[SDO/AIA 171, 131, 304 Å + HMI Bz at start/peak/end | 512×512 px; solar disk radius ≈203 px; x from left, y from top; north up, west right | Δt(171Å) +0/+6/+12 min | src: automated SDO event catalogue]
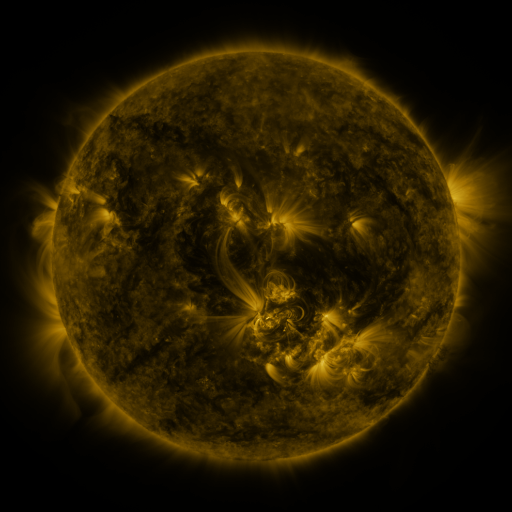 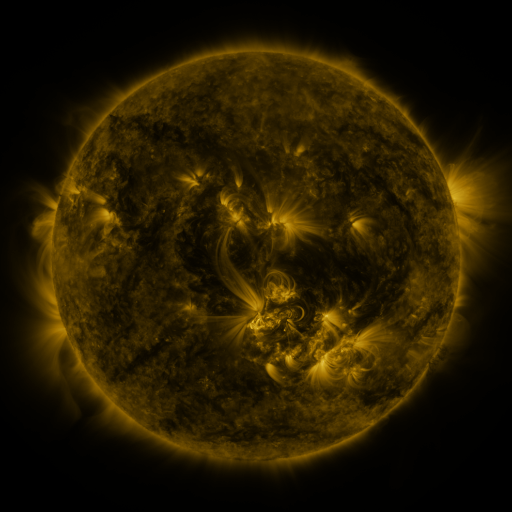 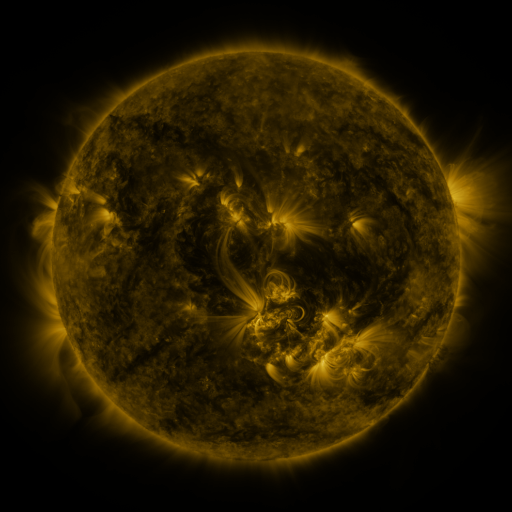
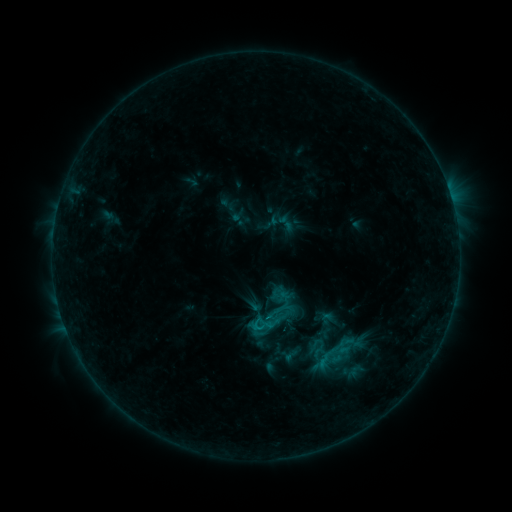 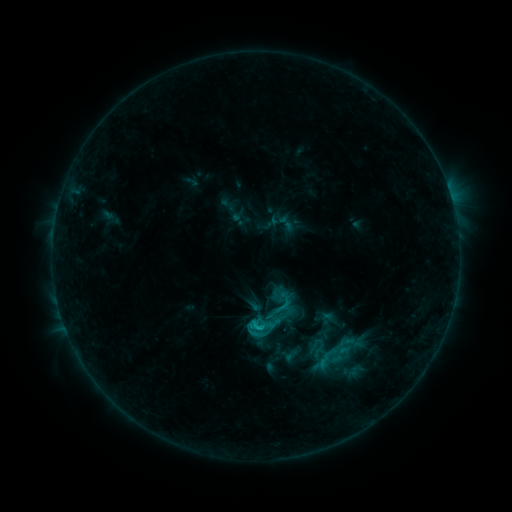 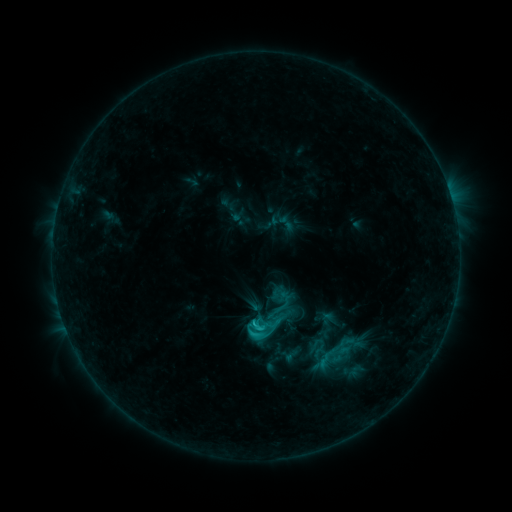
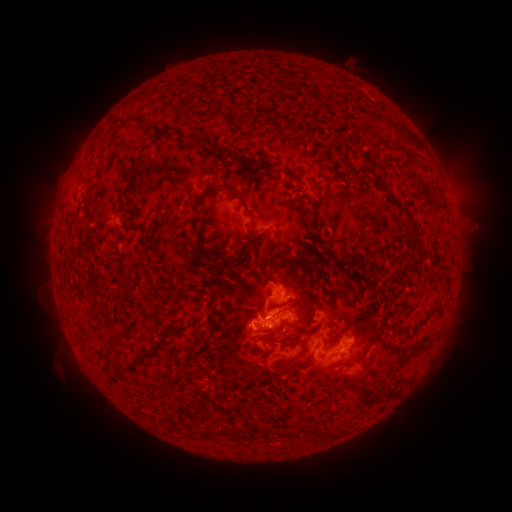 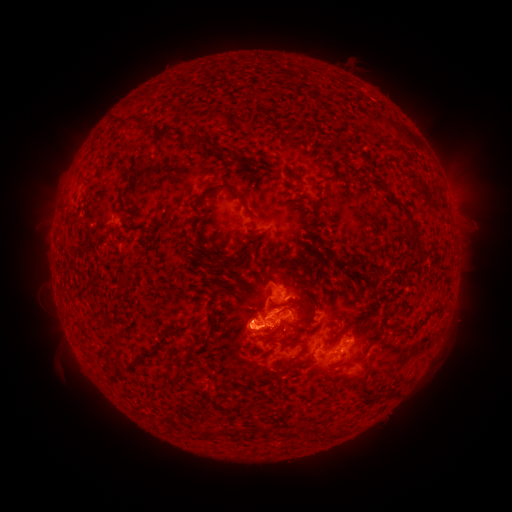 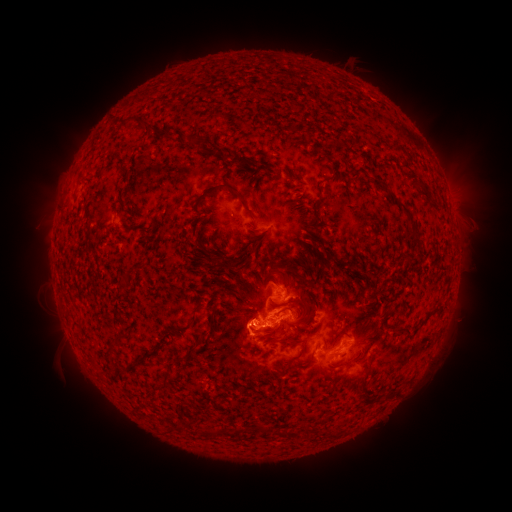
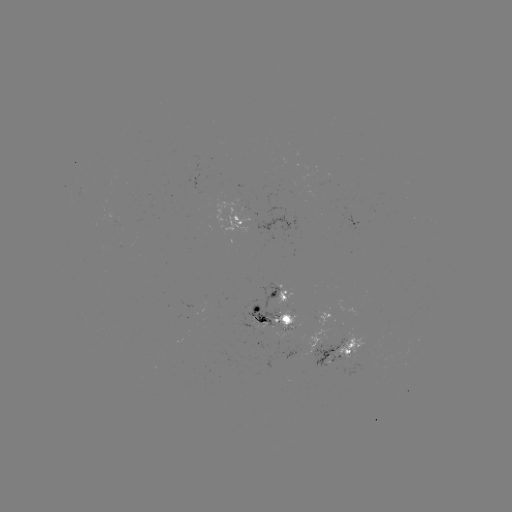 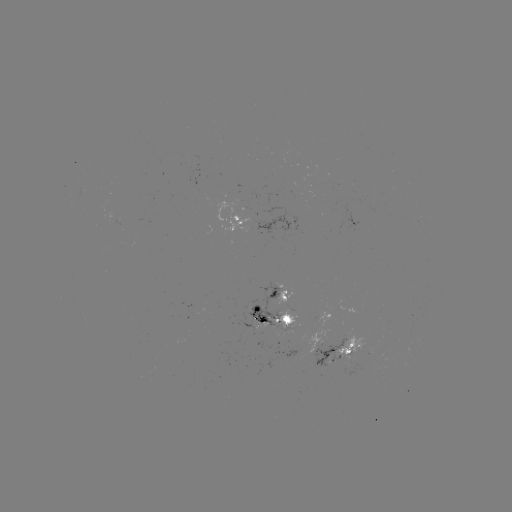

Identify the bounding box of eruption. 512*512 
[209, 296, 281, 355].